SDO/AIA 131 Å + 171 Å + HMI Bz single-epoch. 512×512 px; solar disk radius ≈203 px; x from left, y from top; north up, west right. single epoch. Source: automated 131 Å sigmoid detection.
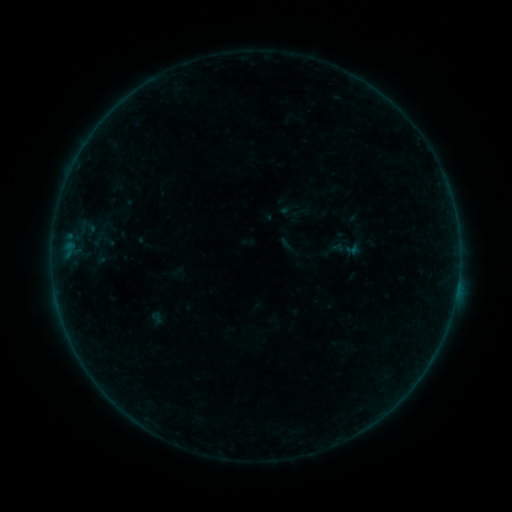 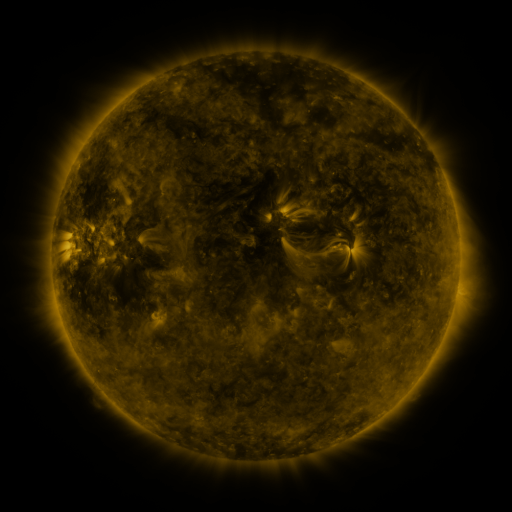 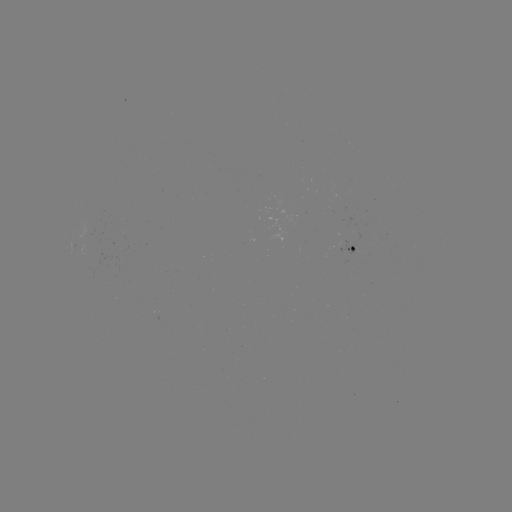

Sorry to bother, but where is sigmoid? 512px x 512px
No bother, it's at [347, 249].